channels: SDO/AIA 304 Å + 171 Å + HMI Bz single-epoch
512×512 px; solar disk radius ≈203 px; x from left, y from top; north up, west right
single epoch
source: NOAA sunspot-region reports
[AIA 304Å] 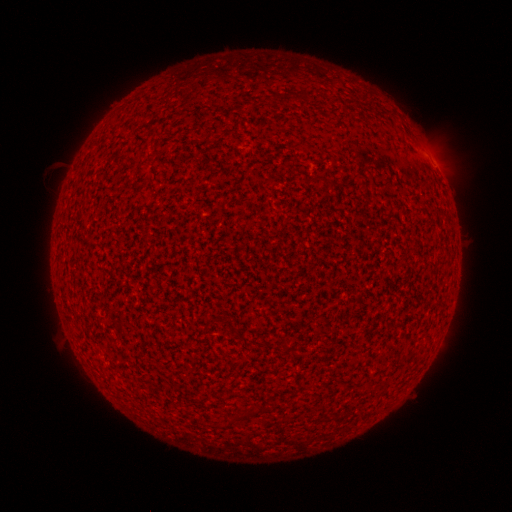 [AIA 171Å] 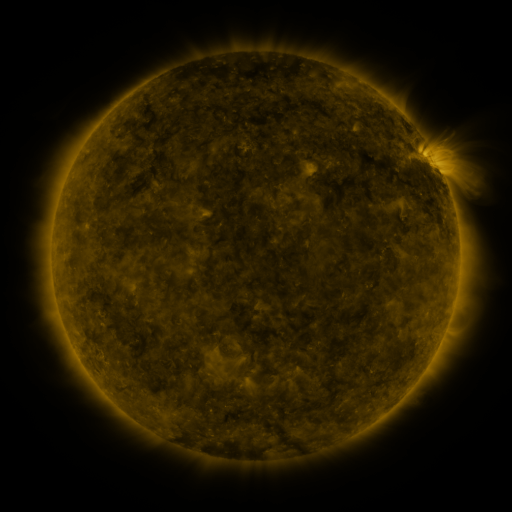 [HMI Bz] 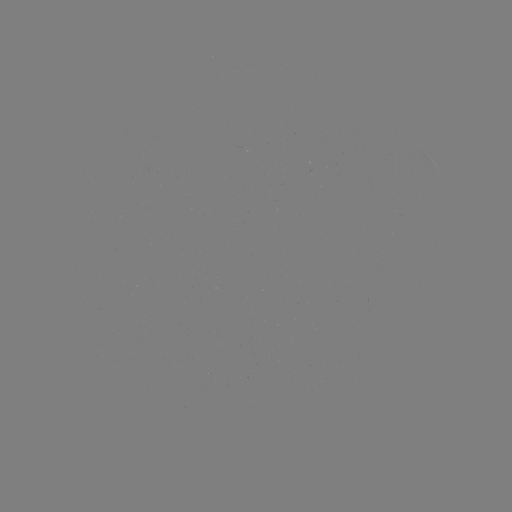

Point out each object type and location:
(none)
